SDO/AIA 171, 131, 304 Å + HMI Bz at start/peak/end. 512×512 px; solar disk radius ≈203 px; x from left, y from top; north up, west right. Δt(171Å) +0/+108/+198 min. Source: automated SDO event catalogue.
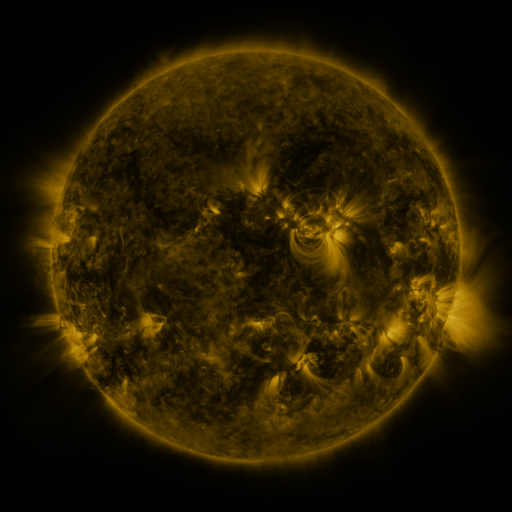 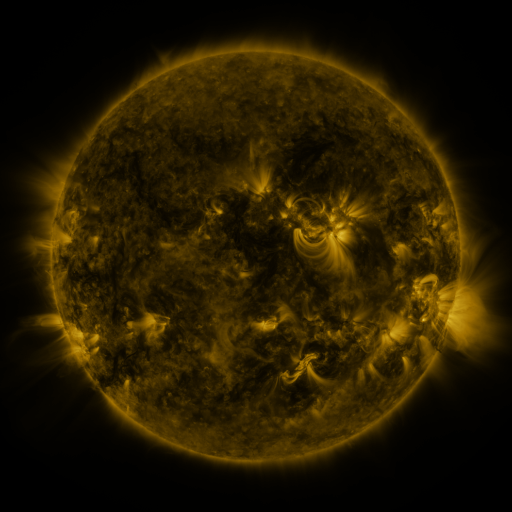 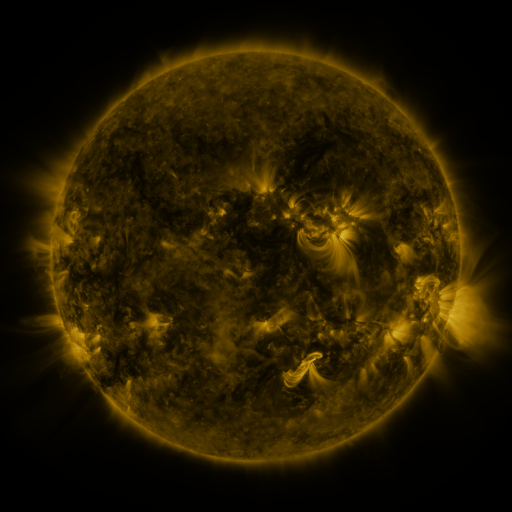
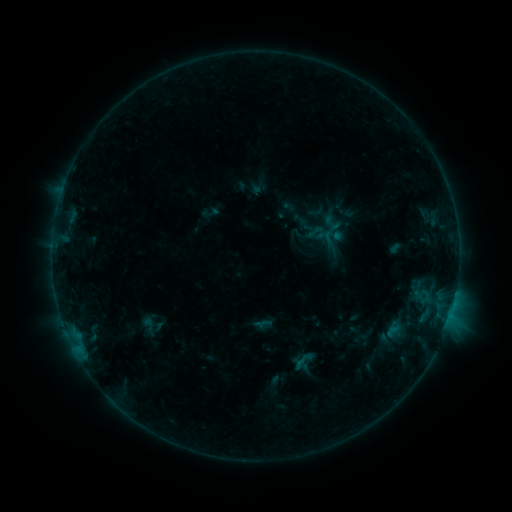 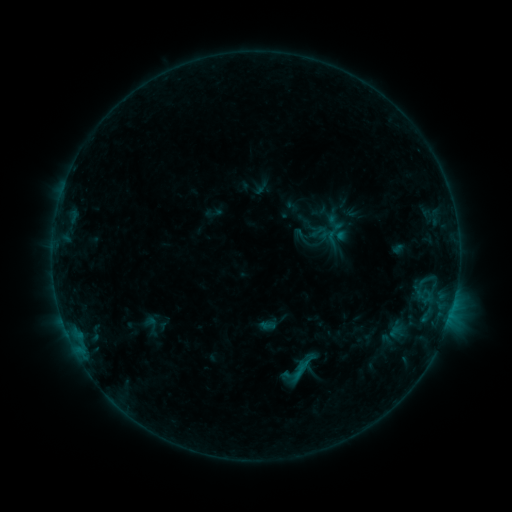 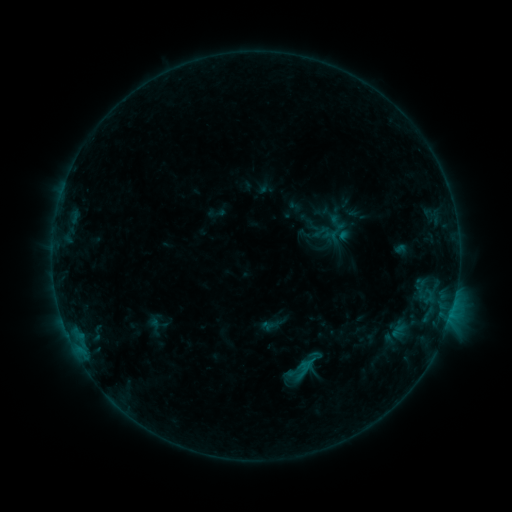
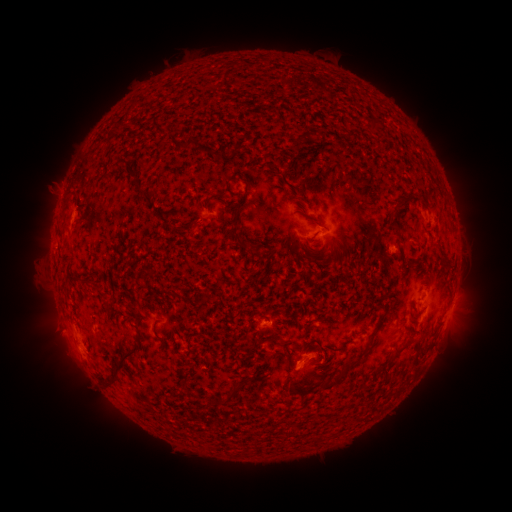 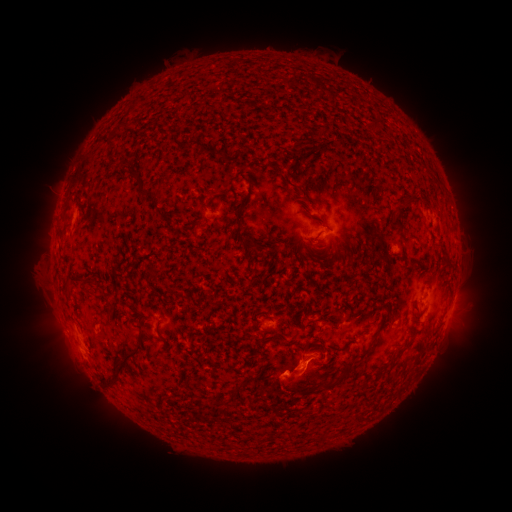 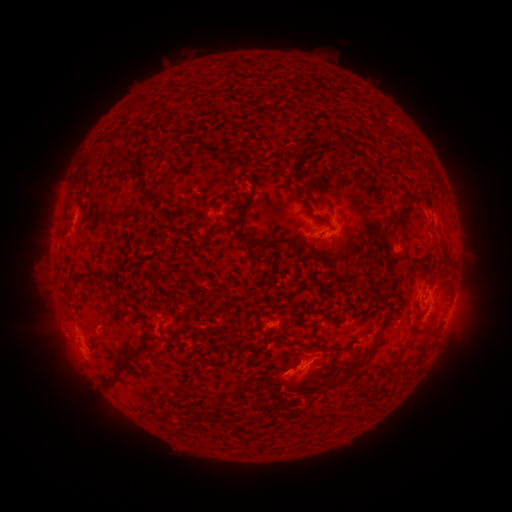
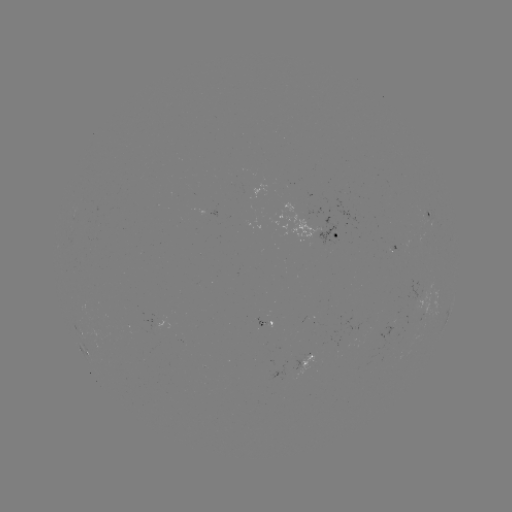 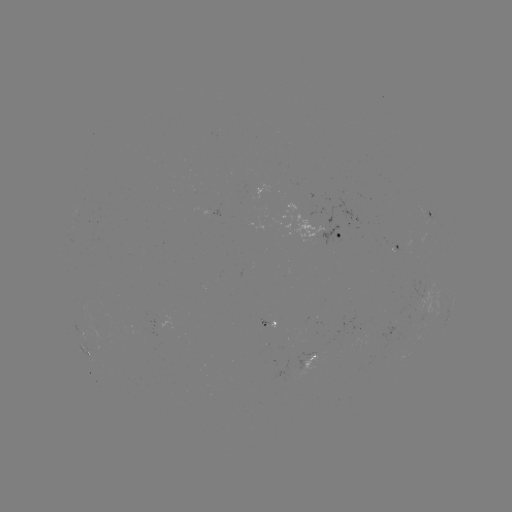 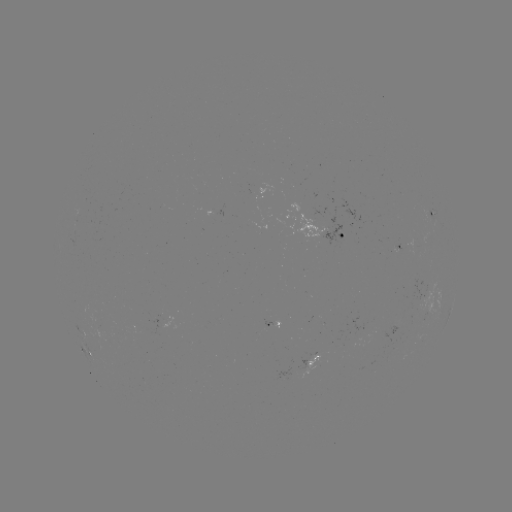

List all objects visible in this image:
B6.3 flare: (296, 373)
